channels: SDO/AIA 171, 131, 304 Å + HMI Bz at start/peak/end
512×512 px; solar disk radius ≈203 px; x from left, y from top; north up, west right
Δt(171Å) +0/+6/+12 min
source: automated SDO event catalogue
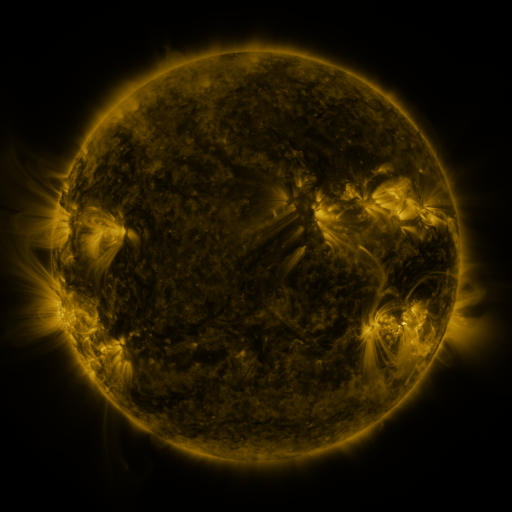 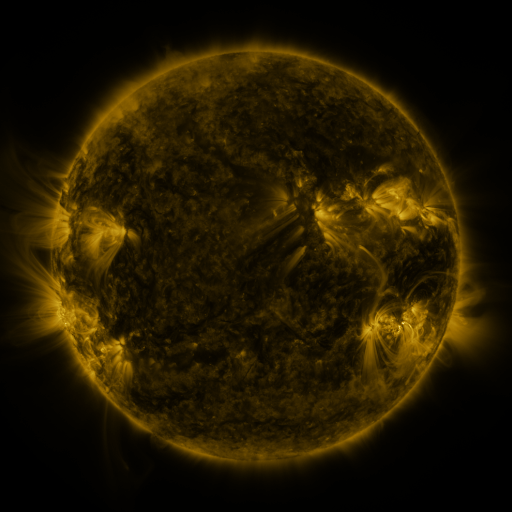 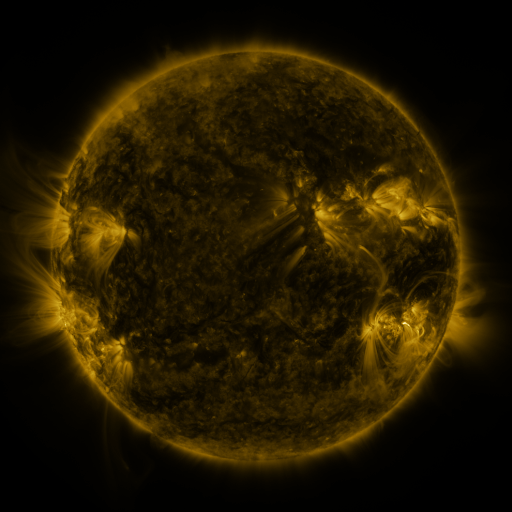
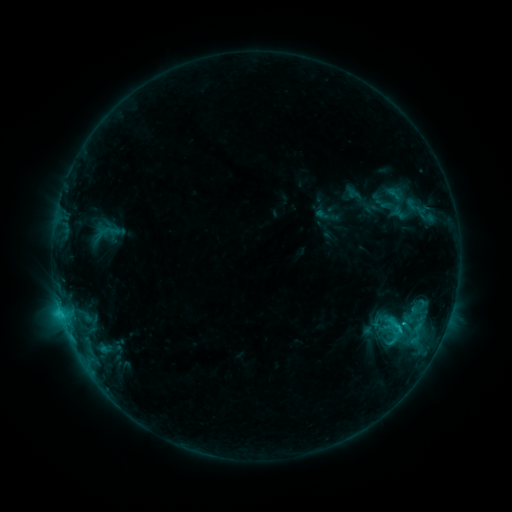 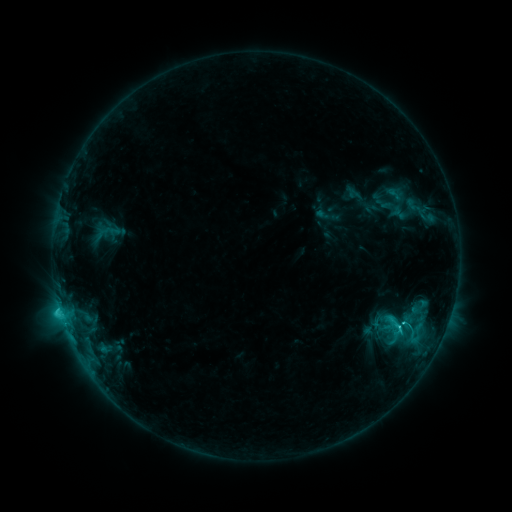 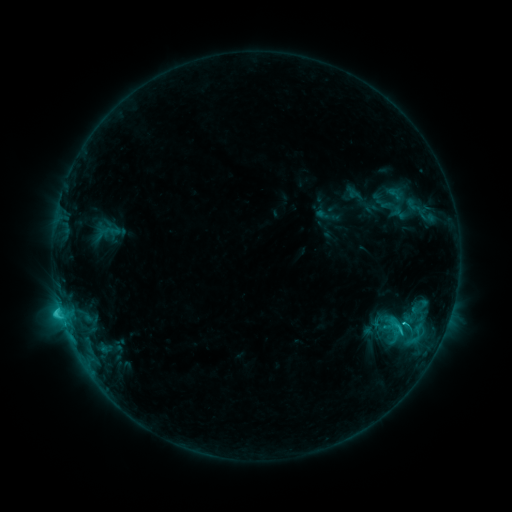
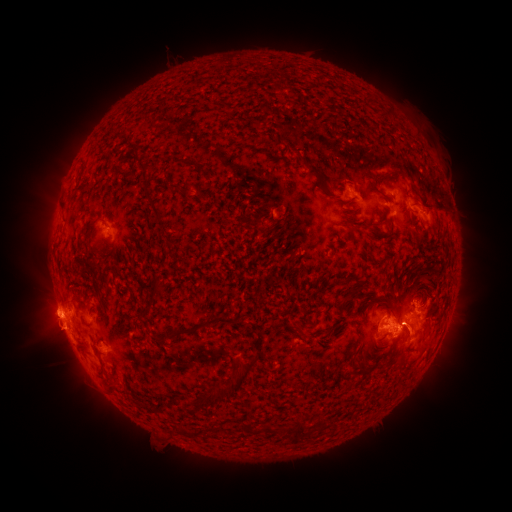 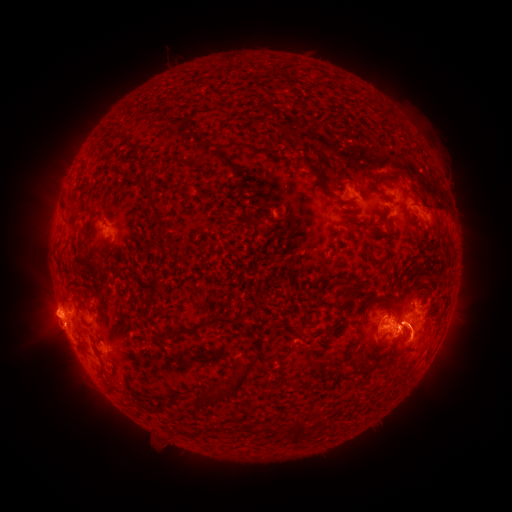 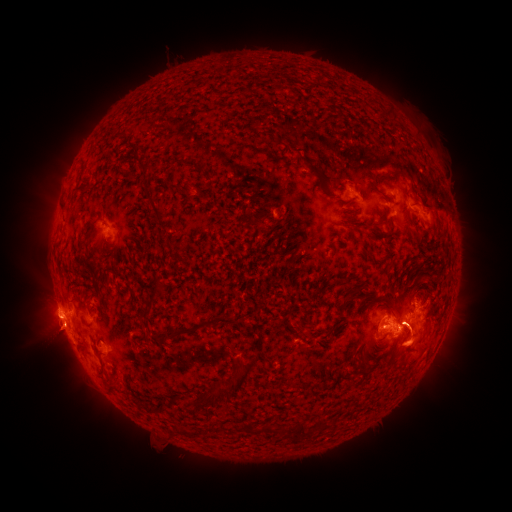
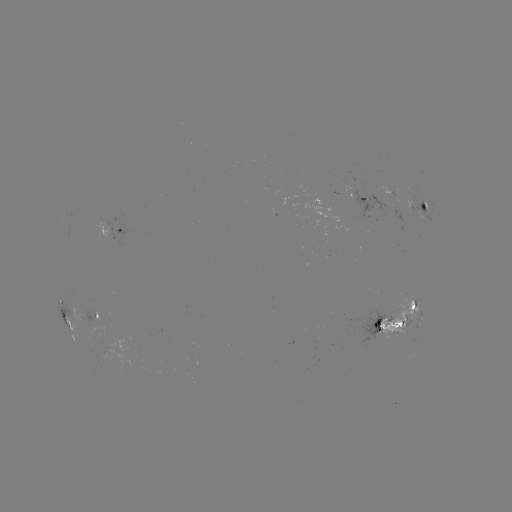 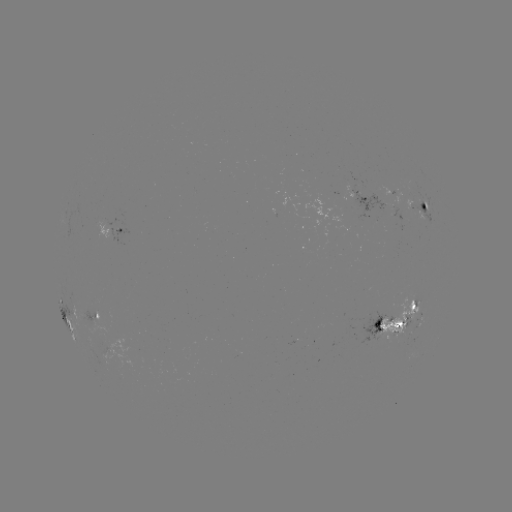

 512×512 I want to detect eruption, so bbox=[10, 298, 70, 353].